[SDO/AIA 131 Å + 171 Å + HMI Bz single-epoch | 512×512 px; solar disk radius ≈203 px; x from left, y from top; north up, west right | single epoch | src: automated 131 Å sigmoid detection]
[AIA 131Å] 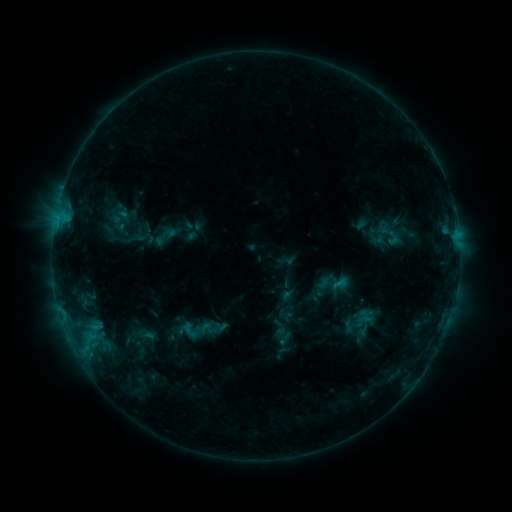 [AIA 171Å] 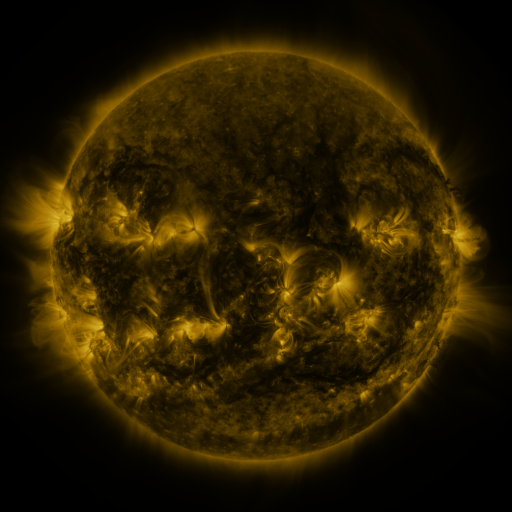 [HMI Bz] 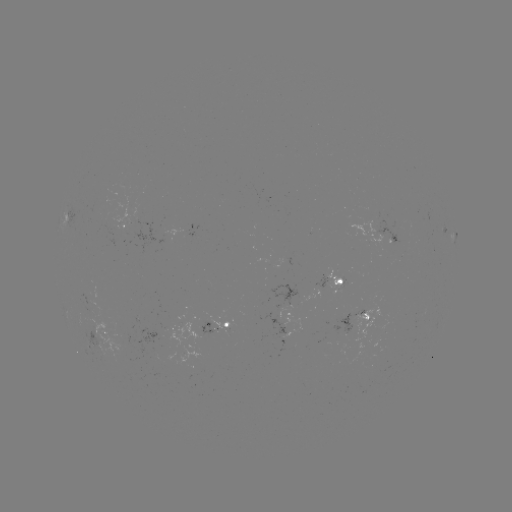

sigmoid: <bbox>153, 222, 179, 250</bbox>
